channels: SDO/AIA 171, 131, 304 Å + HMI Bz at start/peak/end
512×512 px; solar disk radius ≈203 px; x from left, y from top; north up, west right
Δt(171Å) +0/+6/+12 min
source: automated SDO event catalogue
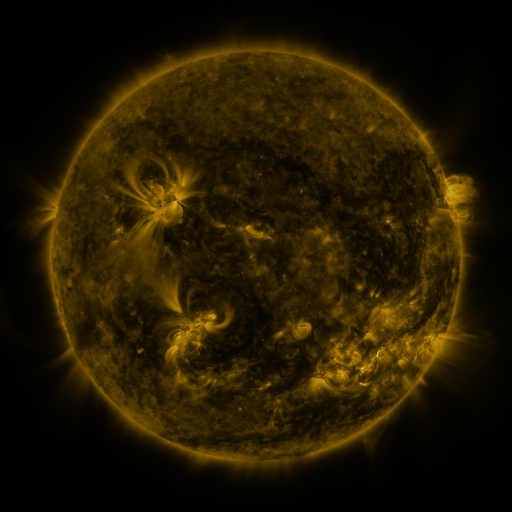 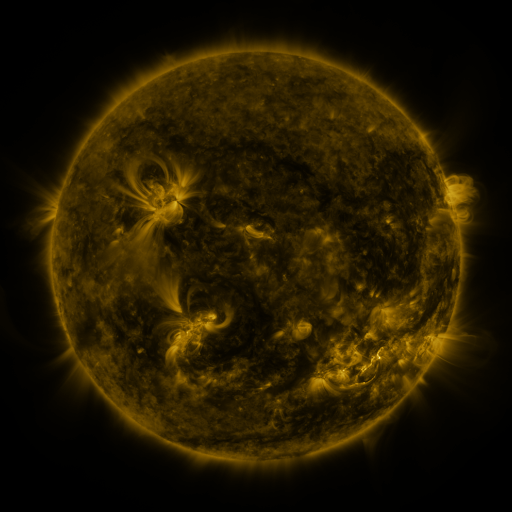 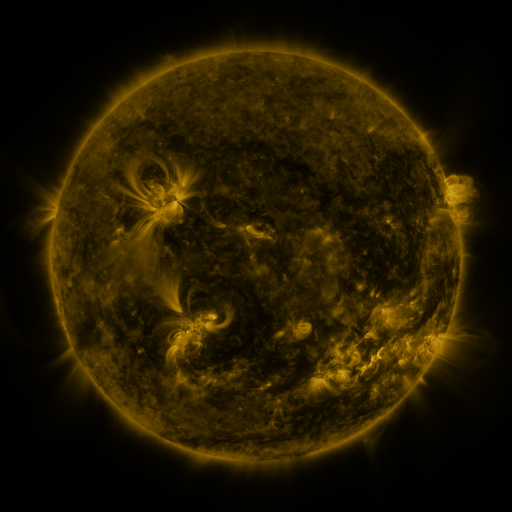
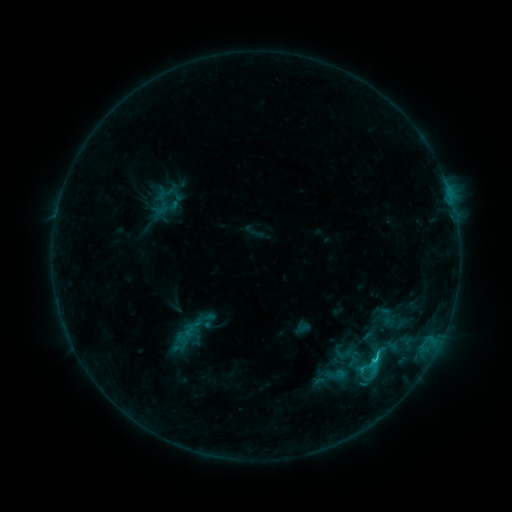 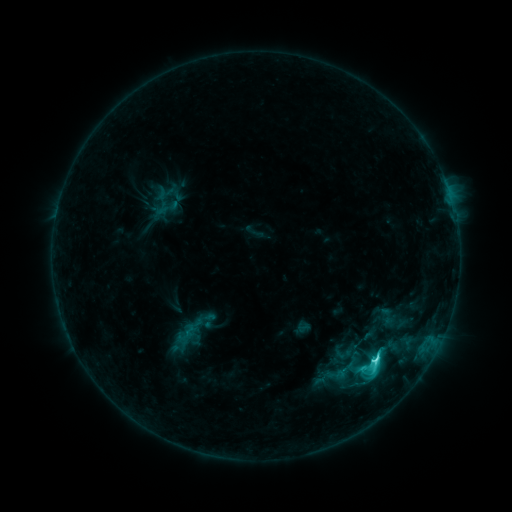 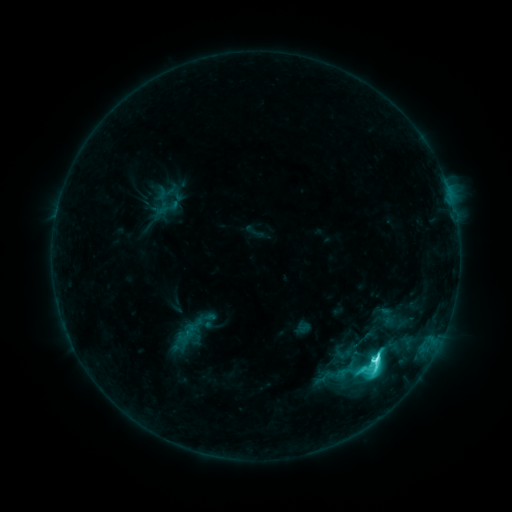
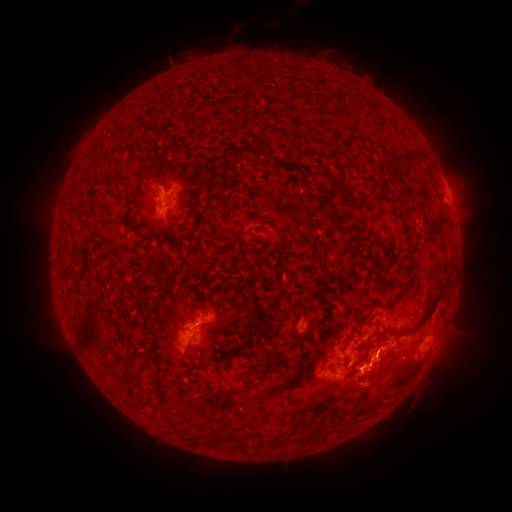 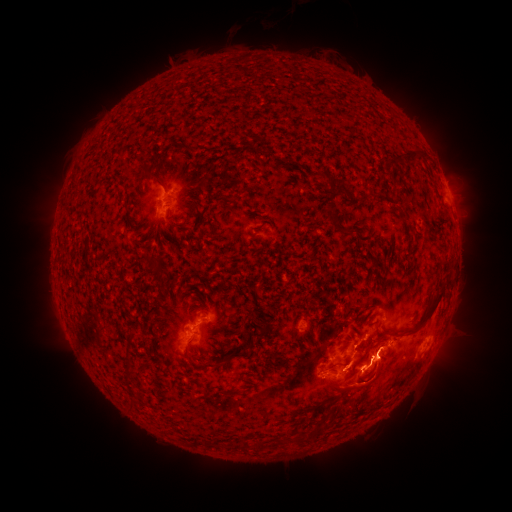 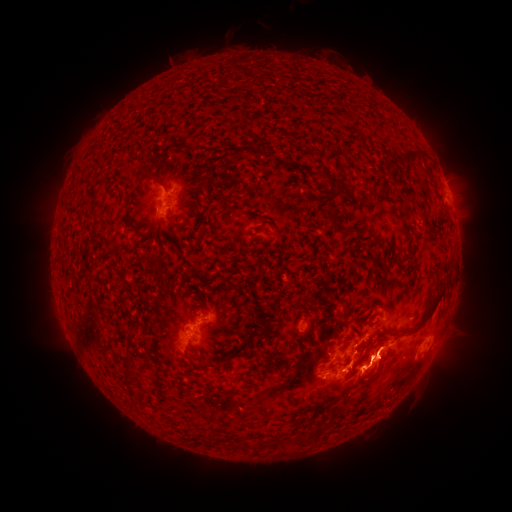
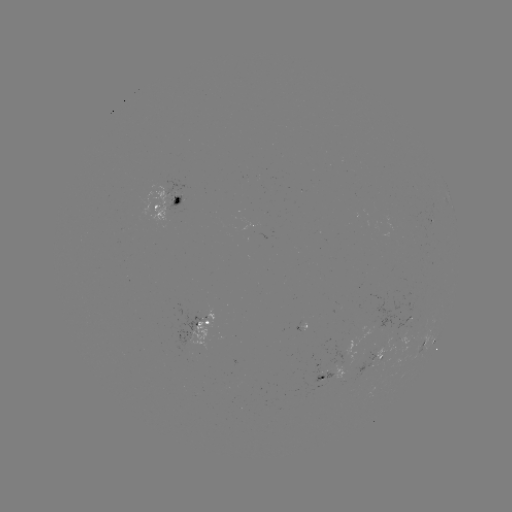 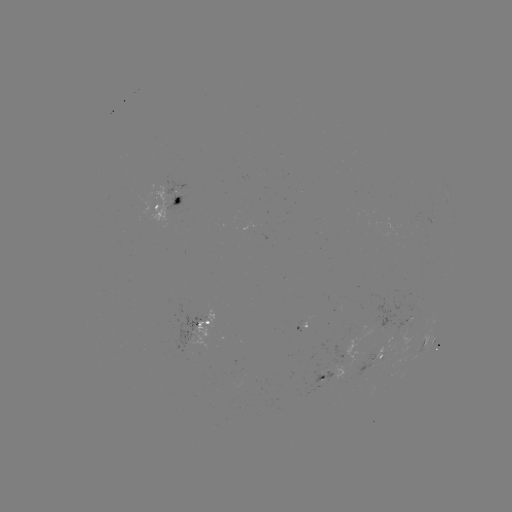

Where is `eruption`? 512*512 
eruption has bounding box [334, 427, 390, 452].